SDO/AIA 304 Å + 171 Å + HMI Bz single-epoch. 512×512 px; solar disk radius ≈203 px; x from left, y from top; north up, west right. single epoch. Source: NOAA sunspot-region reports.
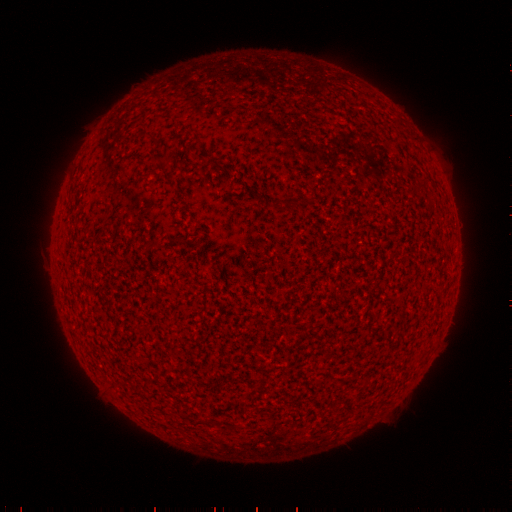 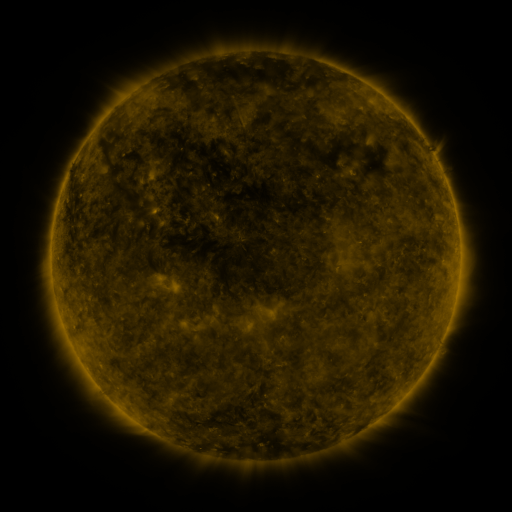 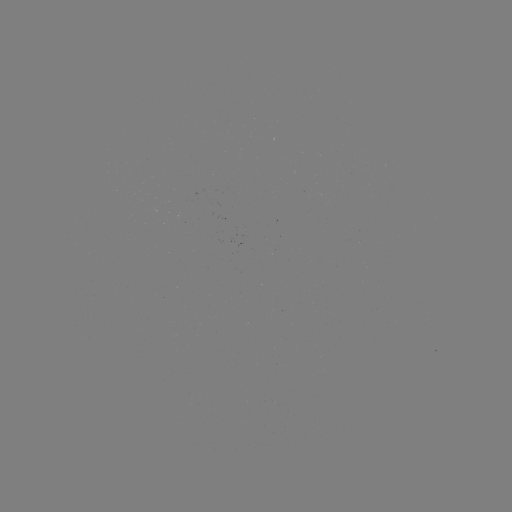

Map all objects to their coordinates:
(none)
